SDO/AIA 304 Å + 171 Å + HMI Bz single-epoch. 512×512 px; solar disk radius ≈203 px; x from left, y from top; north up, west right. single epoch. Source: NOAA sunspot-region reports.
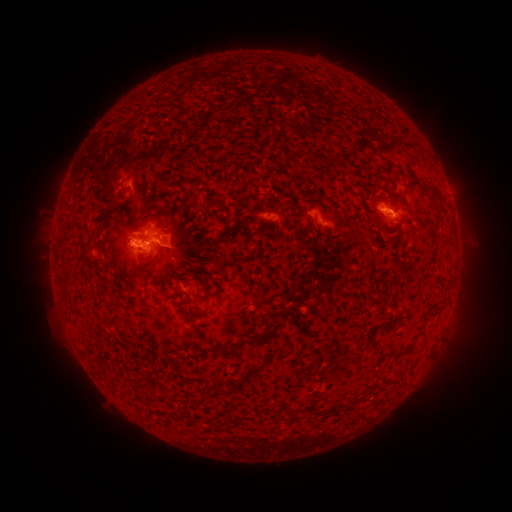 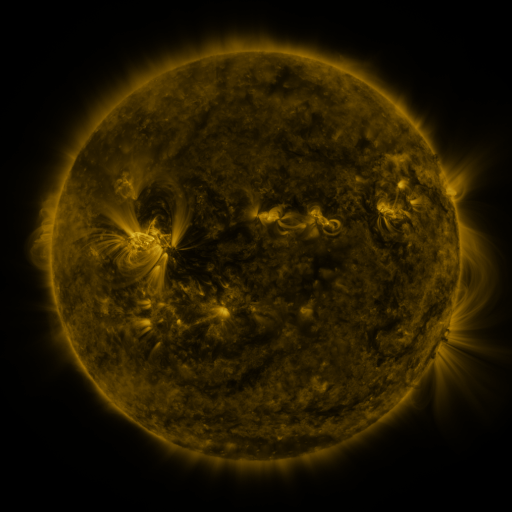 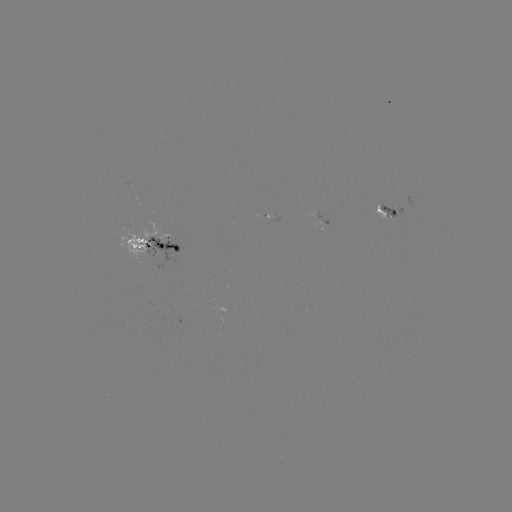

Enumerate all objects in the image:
spotted active region: (406, 209)
spotted active region: (387, 214)
spotted active region: (269, 218)
spotted active region: (157, 244)
